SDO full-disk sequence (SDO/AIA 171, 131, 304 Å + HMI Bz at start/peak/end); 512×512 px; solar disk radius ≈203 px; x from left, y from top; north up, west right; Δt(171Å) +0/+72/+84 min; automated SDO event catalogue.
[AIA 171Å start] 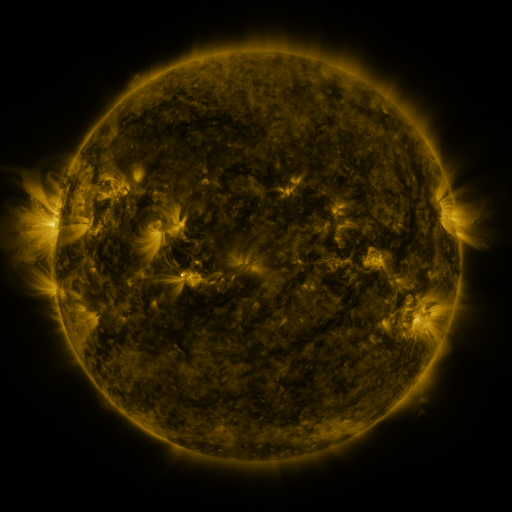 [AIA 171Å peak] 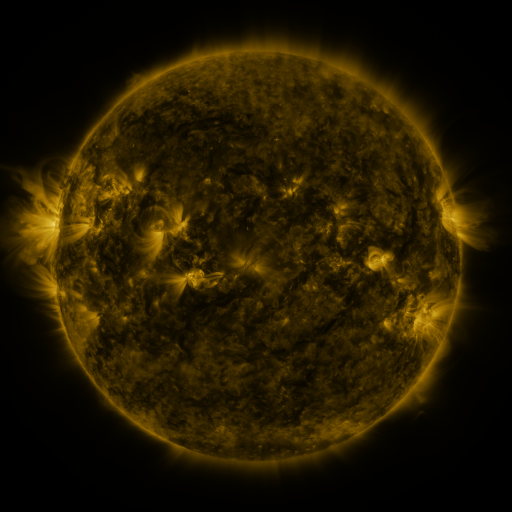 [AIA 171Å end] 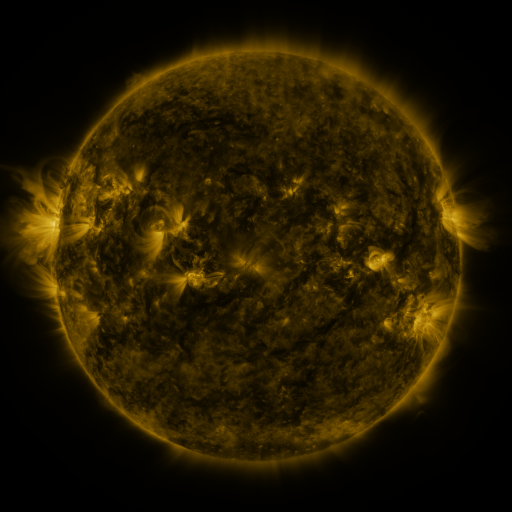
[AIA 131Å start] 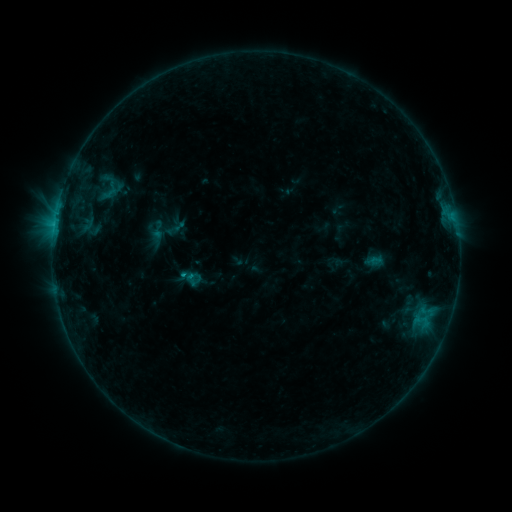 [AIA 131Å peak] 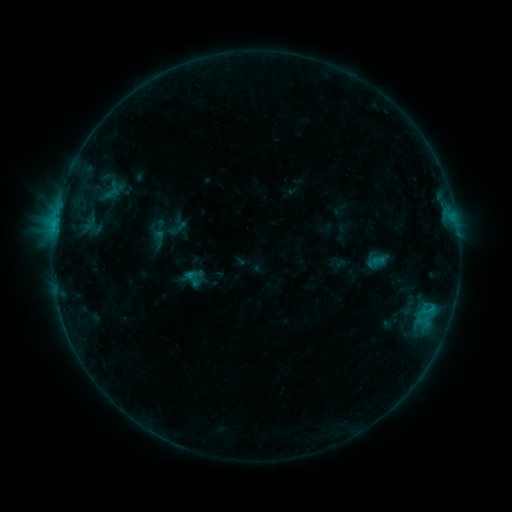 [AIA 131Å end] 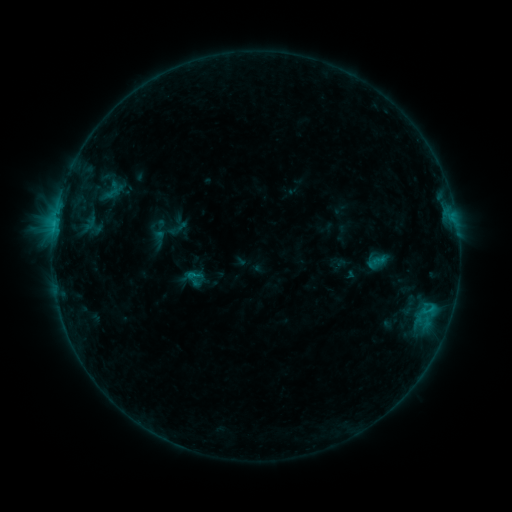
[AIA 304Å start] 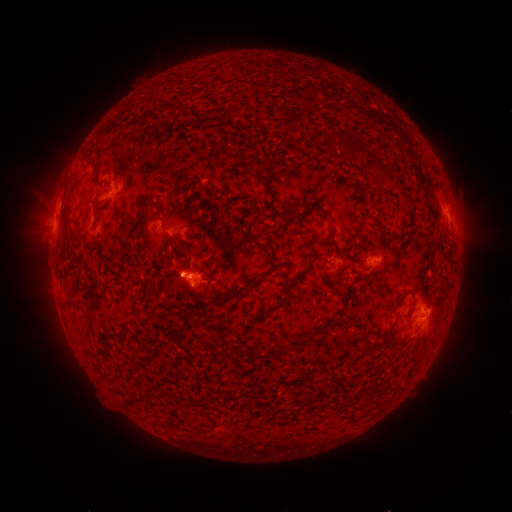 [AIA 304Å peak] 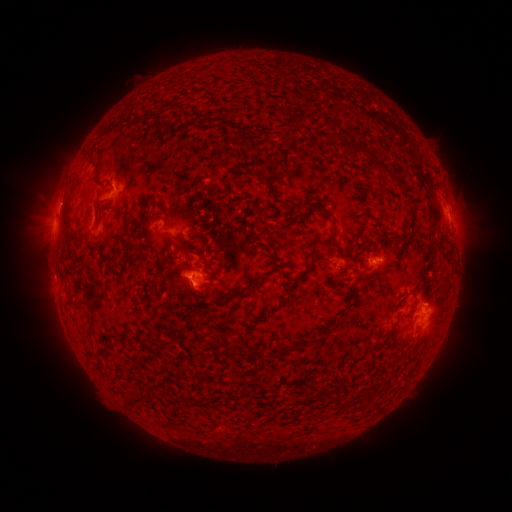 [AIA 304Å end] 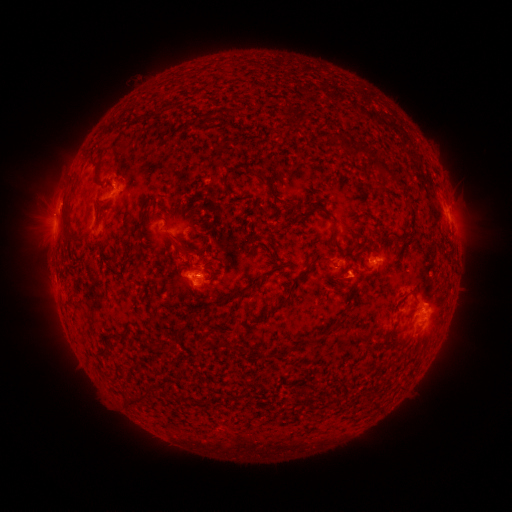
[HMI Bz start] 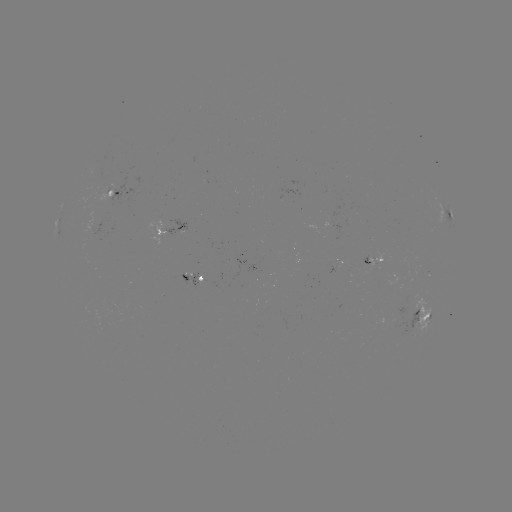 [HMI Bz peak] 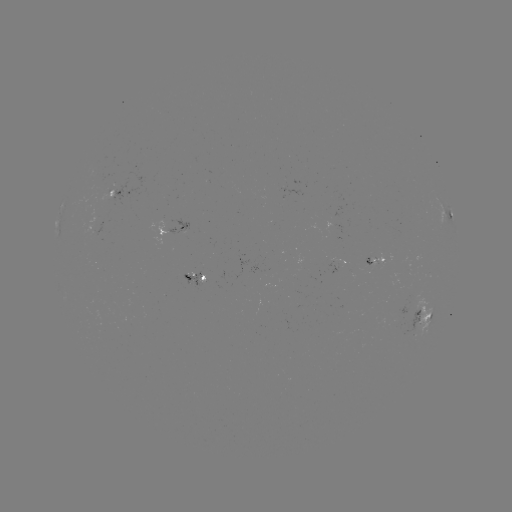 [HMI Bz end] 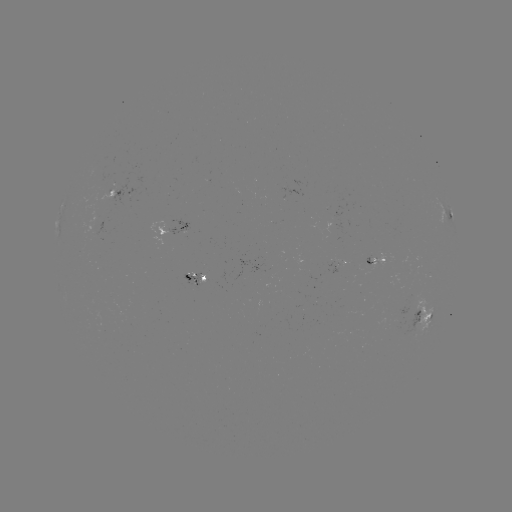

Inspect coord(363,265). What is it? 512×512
emerging-flux region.